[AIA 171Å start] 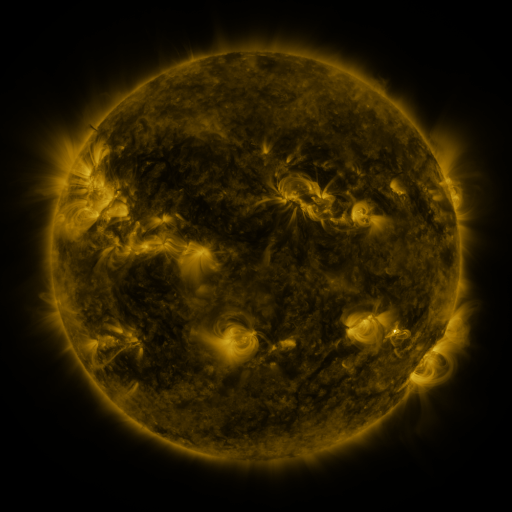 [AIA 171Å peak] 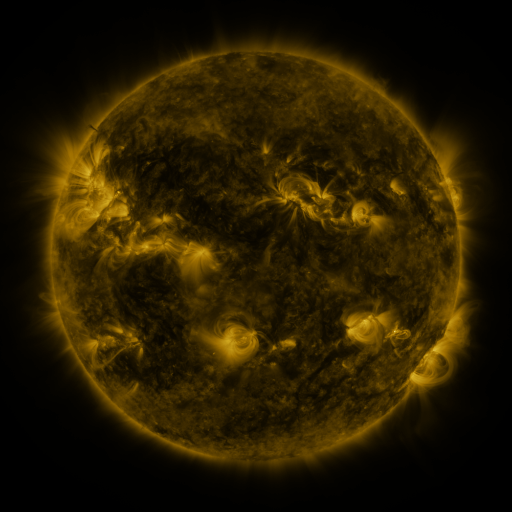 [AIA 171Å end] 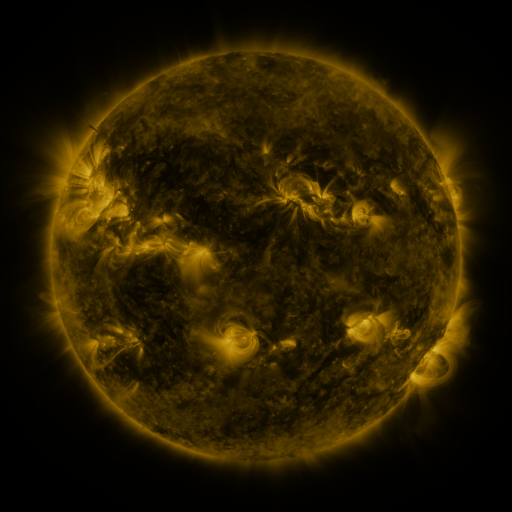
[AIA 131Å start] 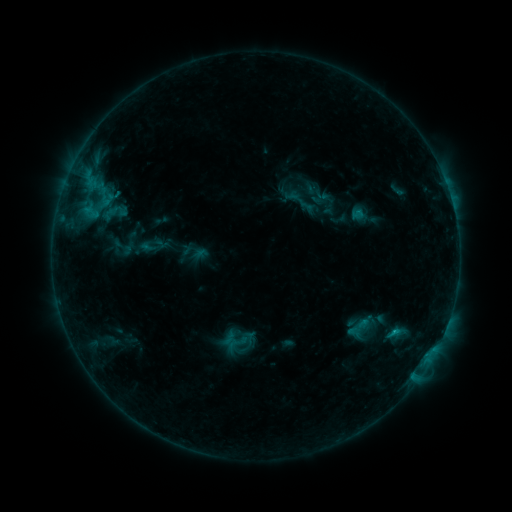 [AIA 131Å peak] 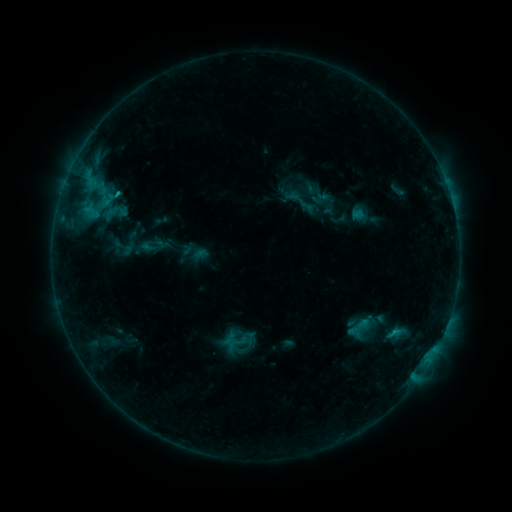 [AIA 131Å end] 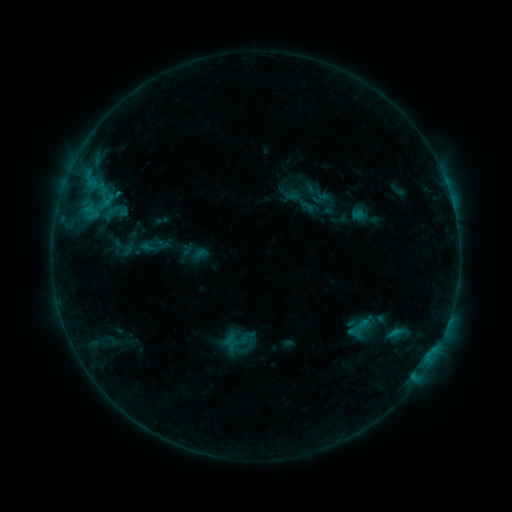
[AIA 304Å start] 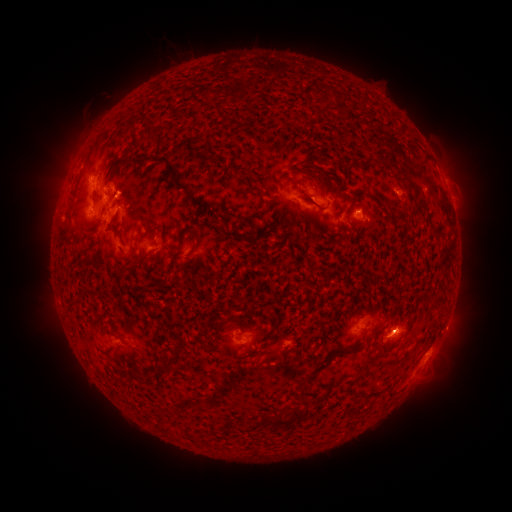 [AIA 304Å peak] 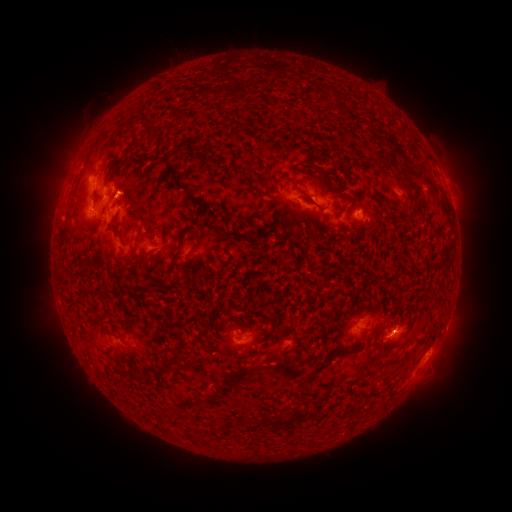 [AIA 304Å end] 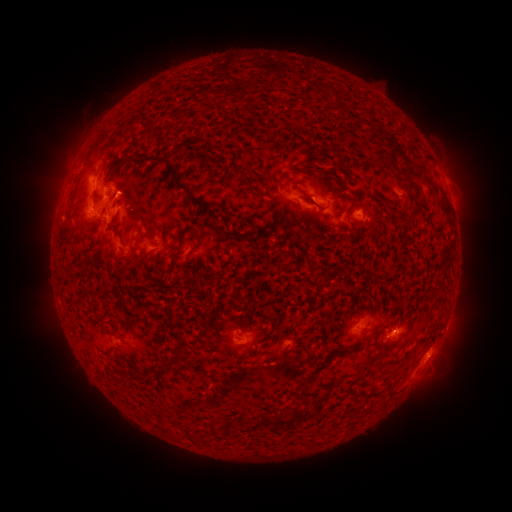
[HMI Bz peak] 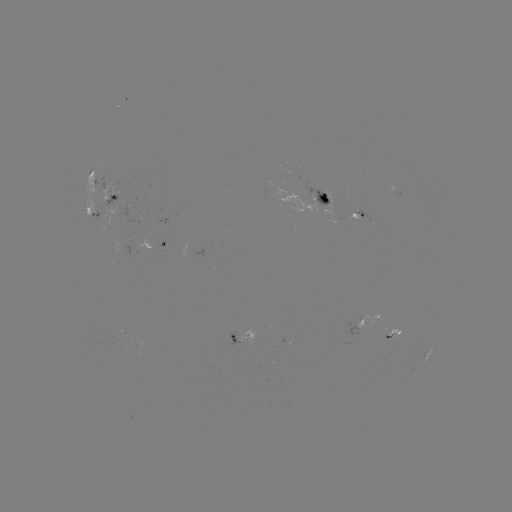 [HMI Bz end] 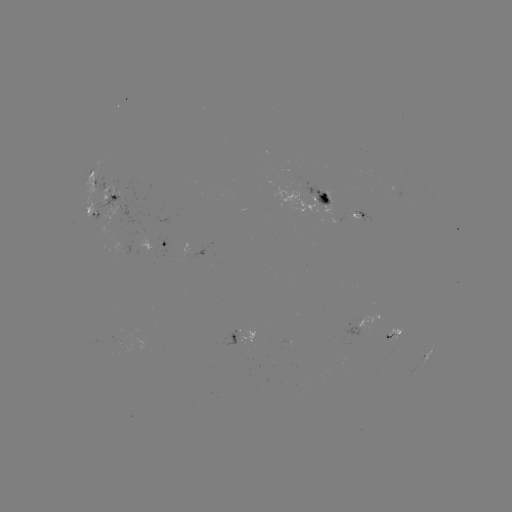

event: flare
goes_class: B9.6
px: (117, 196)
